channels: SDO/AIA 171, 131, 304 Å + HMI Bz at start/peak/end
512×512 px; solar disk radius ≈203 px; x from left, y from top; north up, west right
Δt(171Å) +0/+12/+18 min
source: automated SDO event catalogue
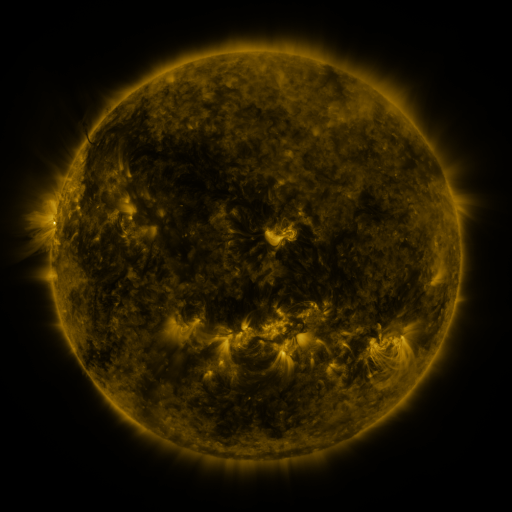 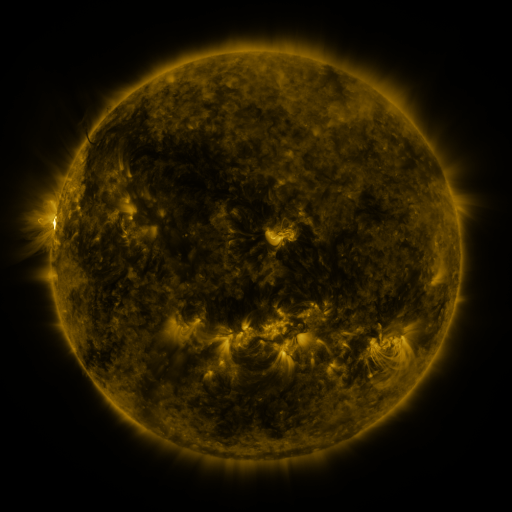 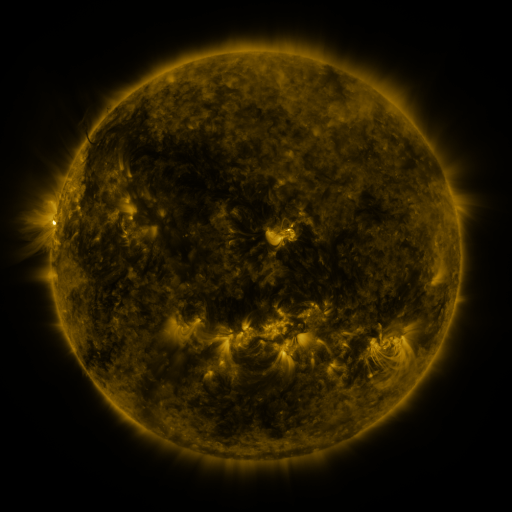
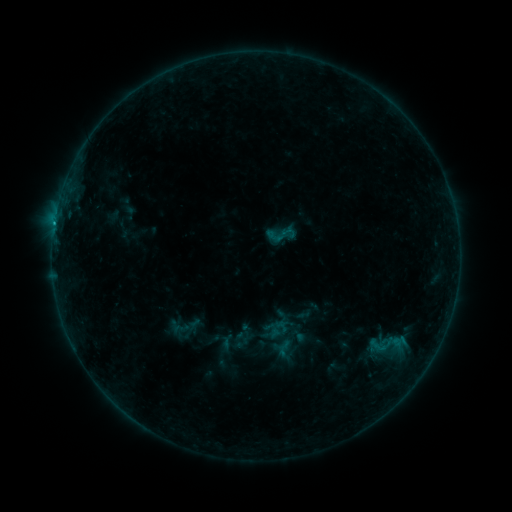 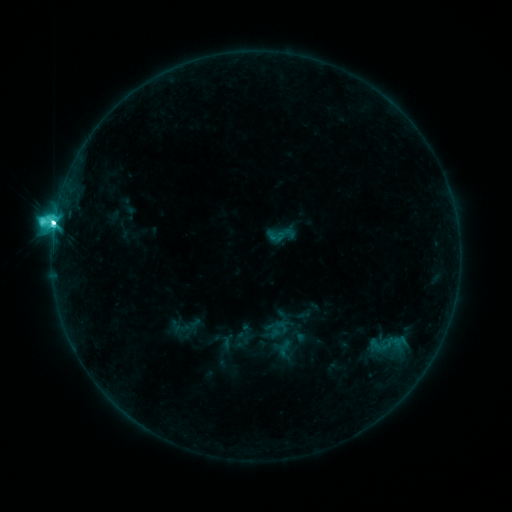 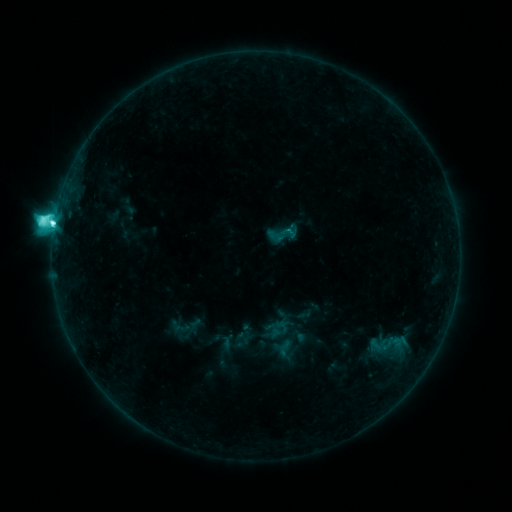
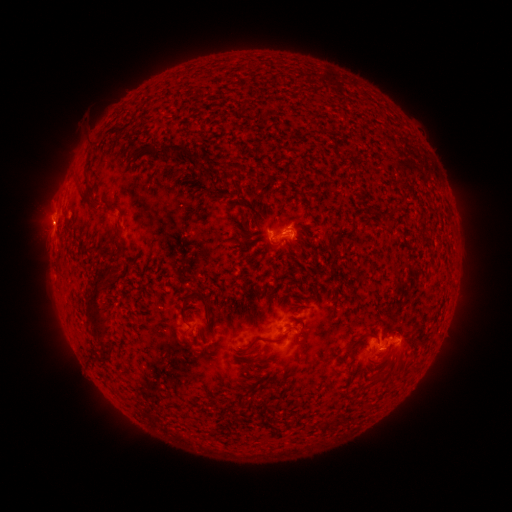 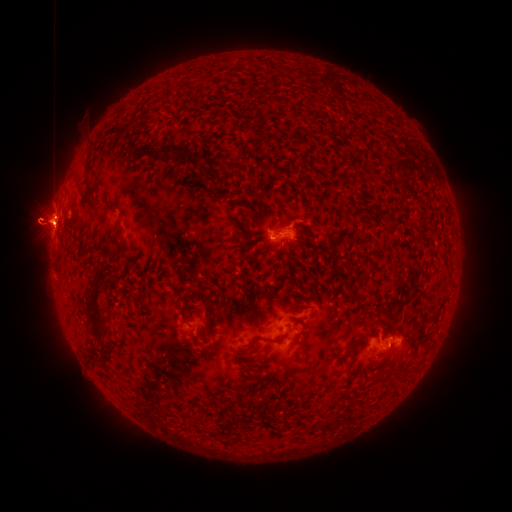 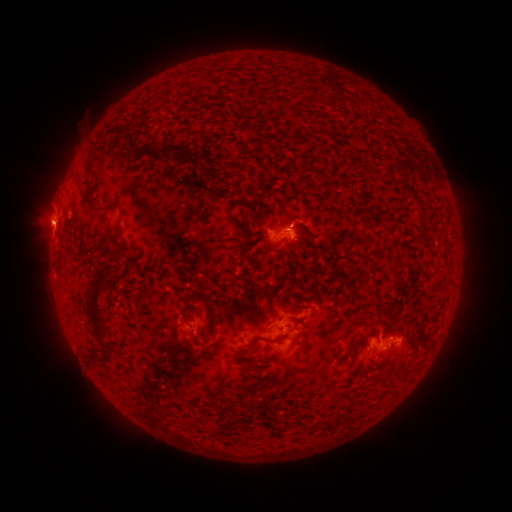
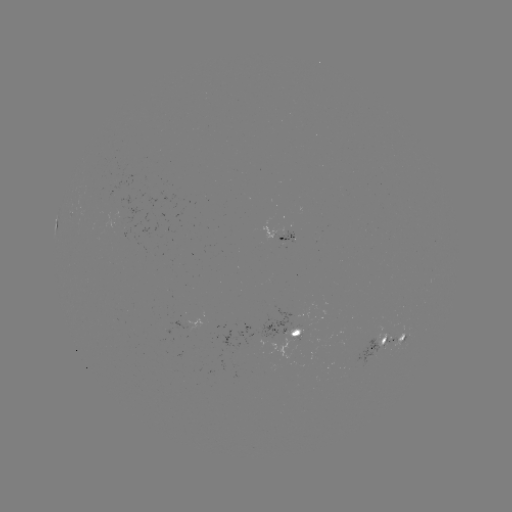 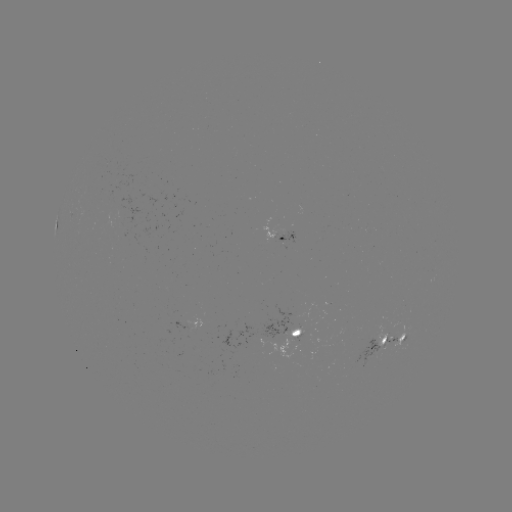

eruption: <bbox>0, 122, 136, 336</bbox>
